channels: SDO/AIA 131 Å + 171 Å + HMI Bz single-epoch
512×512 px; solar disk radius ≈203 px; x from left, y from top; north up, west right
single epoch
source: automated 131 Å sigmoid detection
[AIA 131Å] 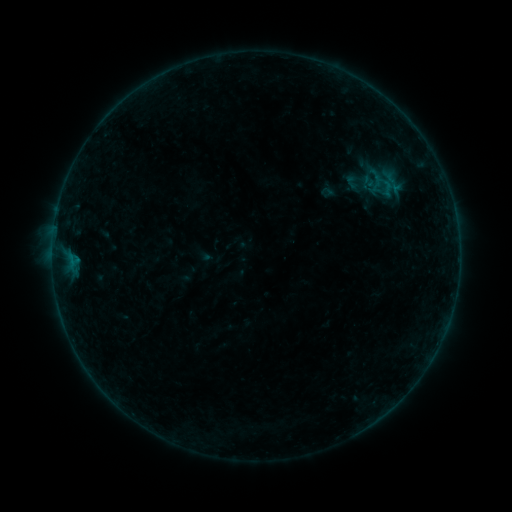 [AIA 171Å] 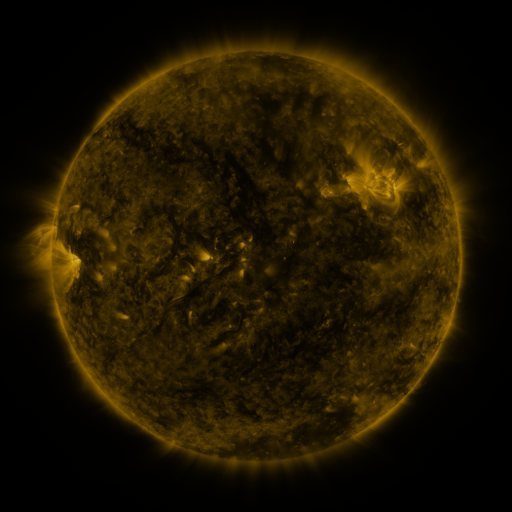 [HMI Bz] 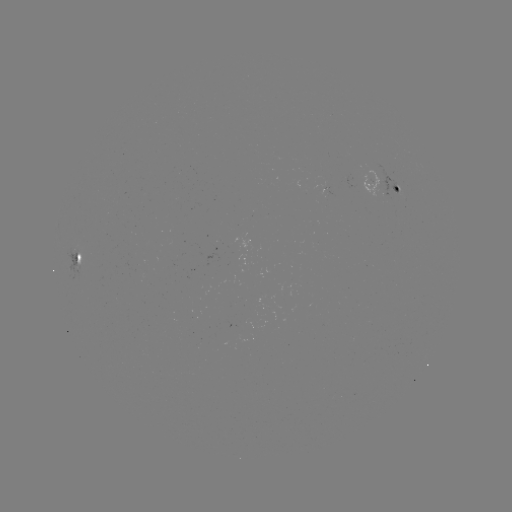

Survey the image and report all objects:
sigmoid: (388, 189)
